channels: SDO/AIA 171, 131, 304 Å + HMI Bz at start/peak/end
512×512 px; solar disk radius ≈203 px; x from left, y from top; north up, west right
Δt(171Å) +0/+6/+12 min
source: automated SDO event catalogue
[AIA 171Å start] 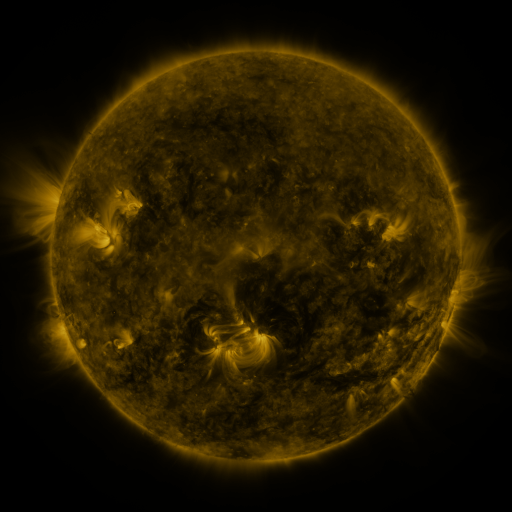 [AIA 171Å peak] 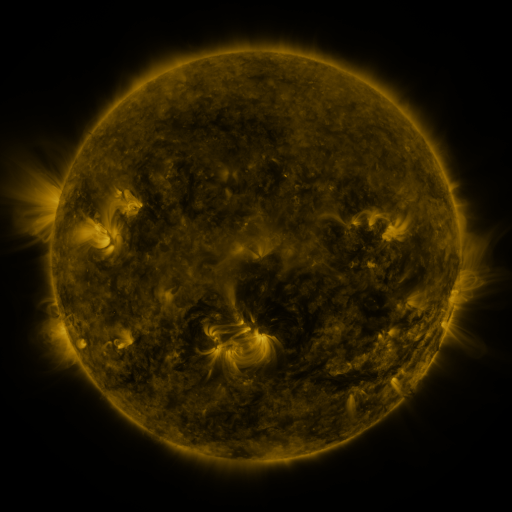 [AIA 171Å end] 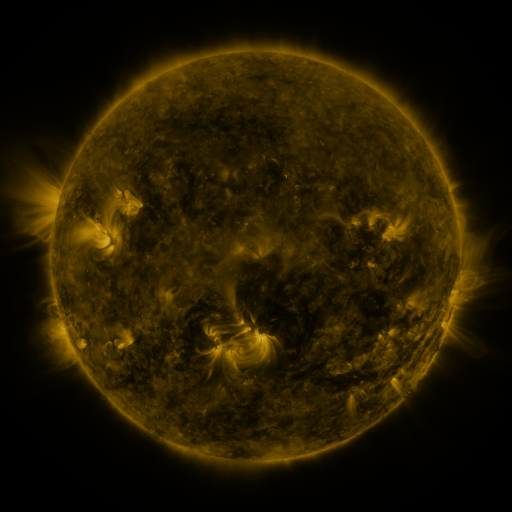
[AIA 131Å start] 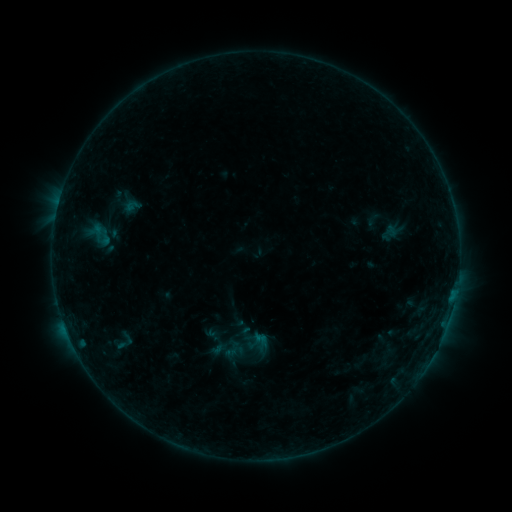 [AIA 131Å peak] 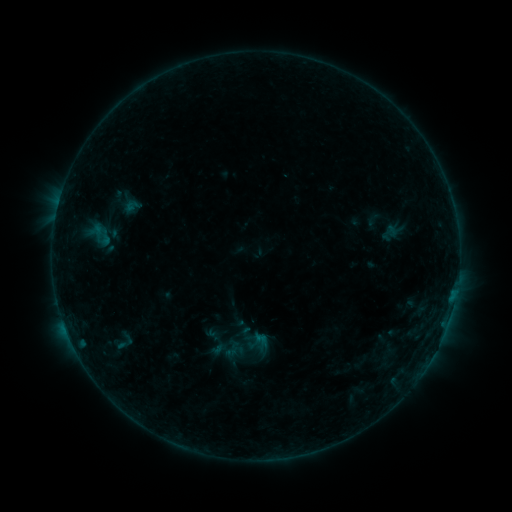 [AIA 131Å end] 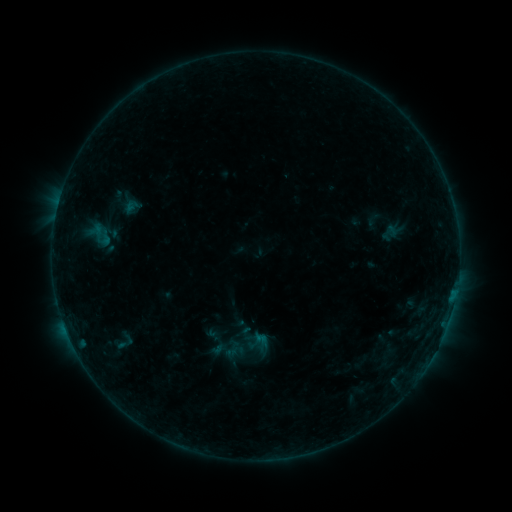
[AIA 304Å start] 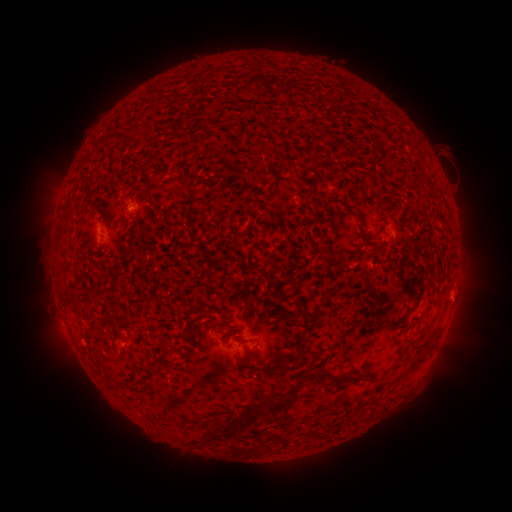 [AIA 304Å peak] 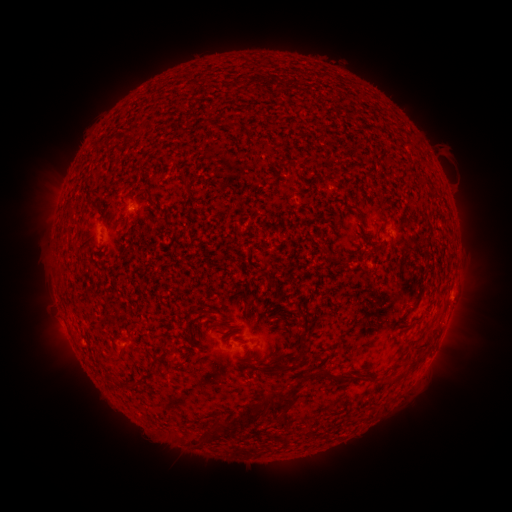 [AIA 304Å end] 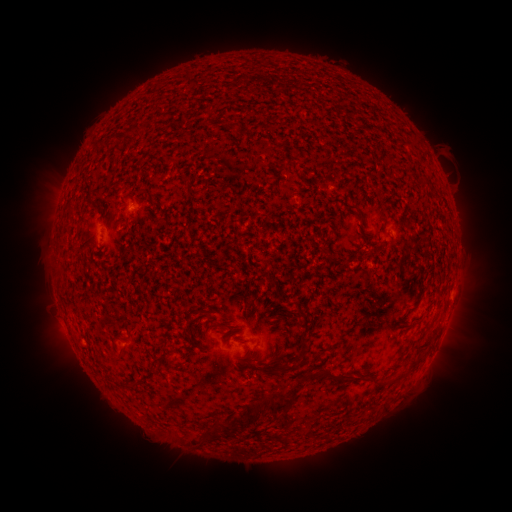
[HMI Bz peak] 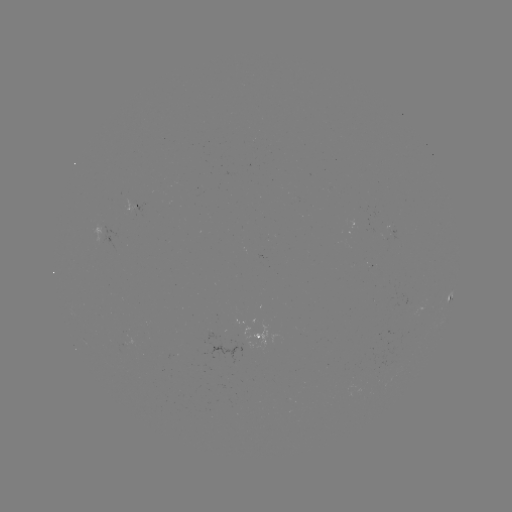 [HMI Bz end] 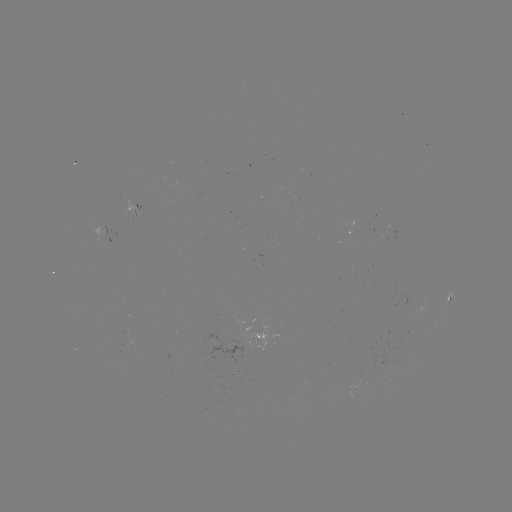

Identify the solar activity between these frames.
eruption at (463, 301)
